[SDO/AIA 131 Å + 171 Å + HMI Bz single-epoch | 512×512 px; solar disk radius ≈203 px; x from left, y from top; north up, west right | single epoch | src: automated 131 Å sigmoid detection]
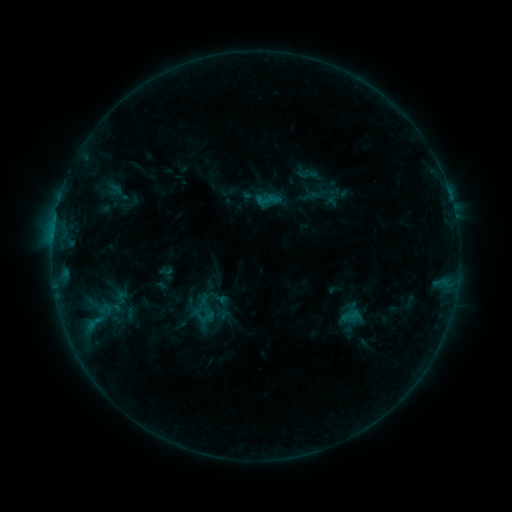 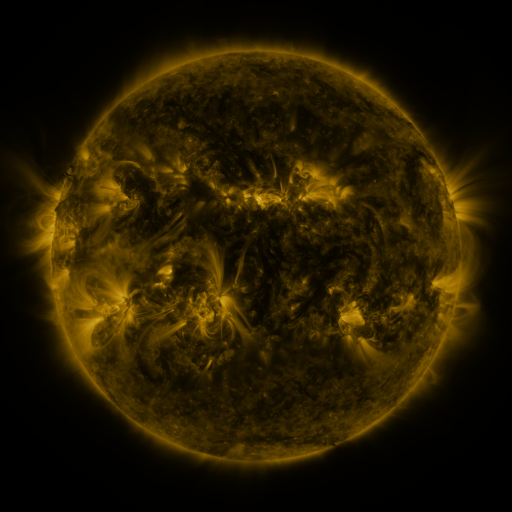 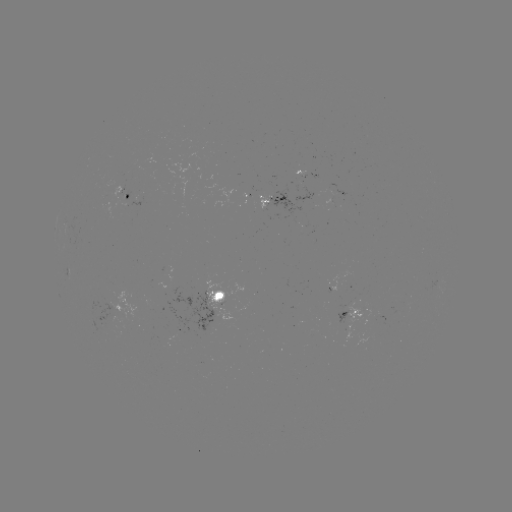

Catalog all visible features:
sigmoid: (105, 309)
